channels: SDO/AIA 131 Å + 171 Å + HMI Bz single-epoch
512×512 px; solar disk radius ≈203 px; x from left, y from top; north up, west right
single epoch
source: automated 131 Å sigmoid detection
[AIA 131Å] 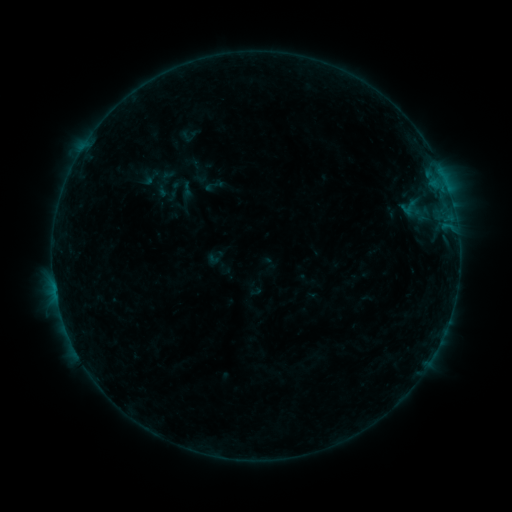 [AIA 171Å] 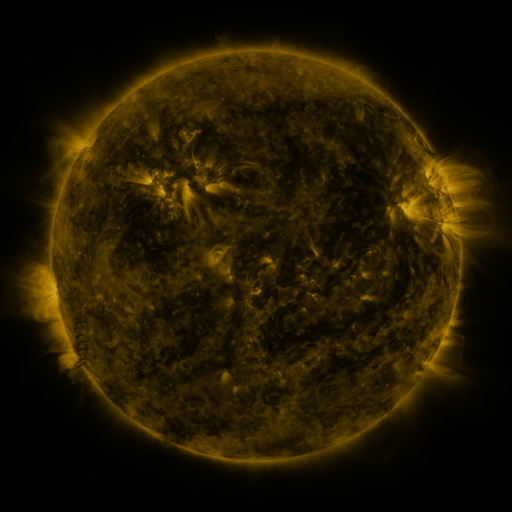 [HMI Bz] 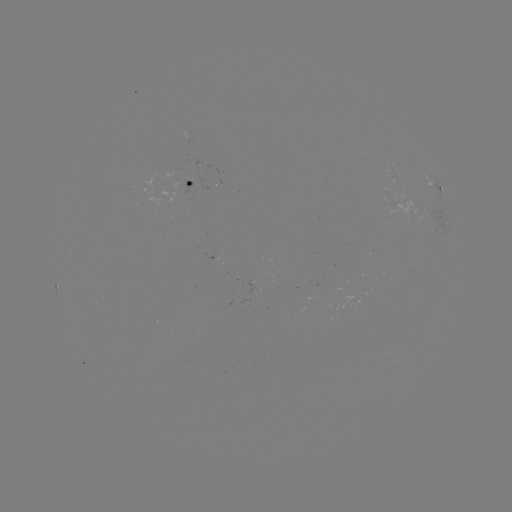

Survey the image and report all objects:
sigmoid: (214, 185)
sigmoid: (187, 190)
sigmoid: (409, 207)
